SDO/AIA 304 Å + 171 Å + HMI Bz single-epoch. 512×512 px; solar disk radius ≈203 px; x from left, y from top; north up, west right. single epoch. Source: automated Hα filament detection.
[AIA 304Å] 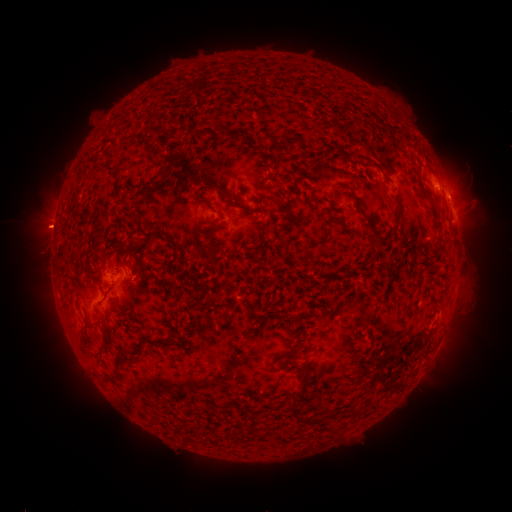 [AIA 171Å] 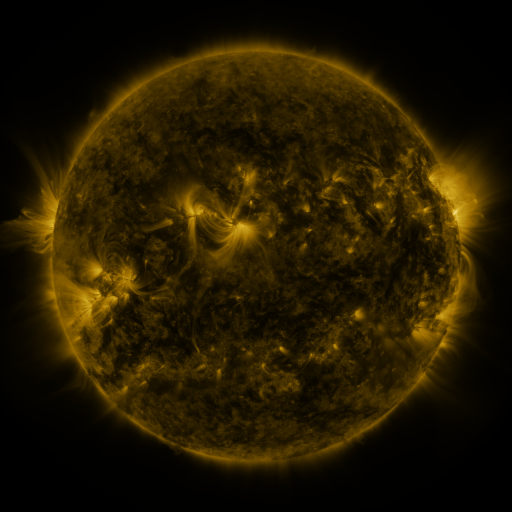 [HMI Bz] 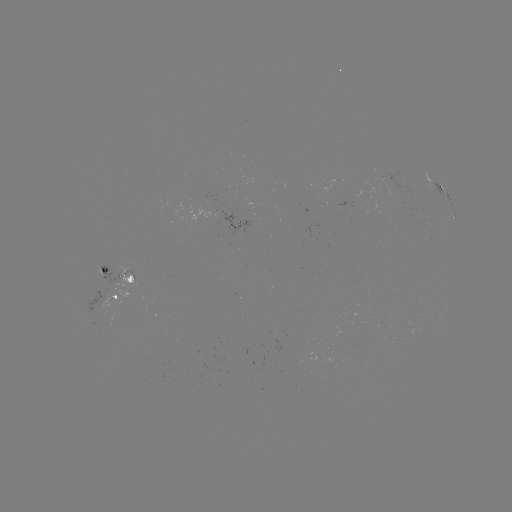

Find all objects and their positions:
filament: (256, 135, 266, 143)
filament: (93, 163, 121, 179)
filament: (203, 183, 260, 214)
filament: (132, 185, 148, 201)
filament: (347, 187, 355, 198)
filament: (192, 192, 213, 212)
filament: (374, 233, 386, 244)
filament: (195, 244, 212, 260)
filament: (425, 260, 437, 270)
filament: (102, 329, 110, 340)
filament: (79, 333, 92, 353)
filament: (144, 335, 168, 346)
filament: (119, 345, 146, 360)
filament: (351, 345, 358, 356)
filament: (113, 359, 123, 376)
filament: (291, 377, 310, 418)
filament: (303, 414, 314, 424)
